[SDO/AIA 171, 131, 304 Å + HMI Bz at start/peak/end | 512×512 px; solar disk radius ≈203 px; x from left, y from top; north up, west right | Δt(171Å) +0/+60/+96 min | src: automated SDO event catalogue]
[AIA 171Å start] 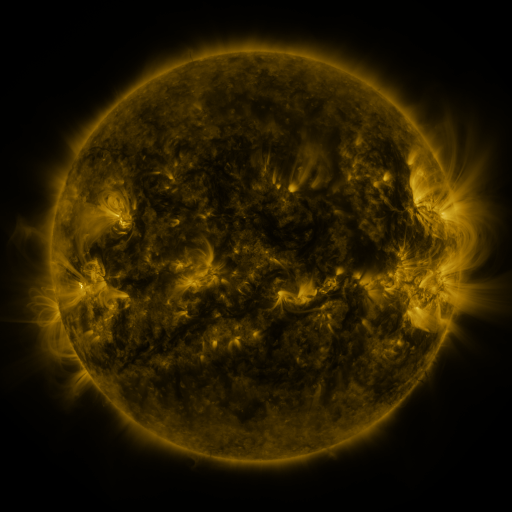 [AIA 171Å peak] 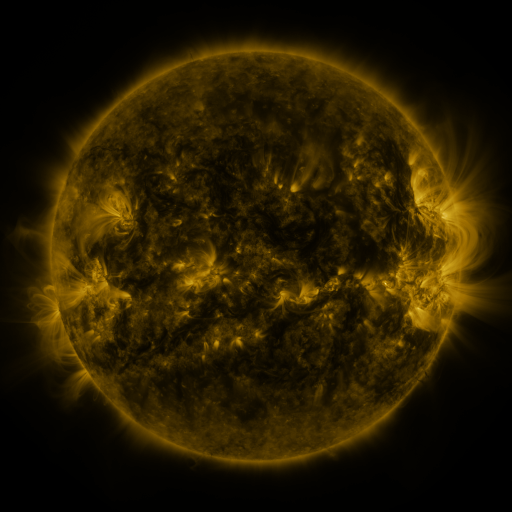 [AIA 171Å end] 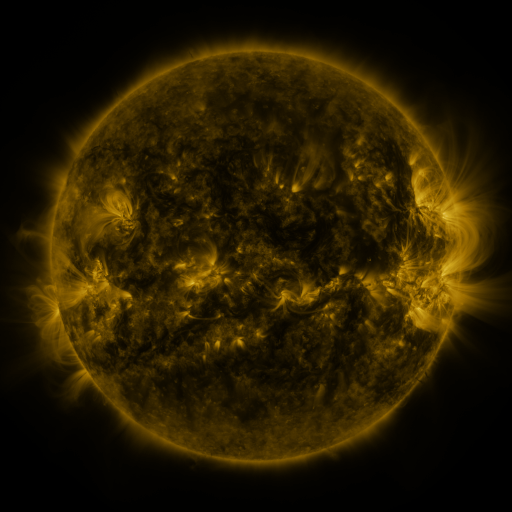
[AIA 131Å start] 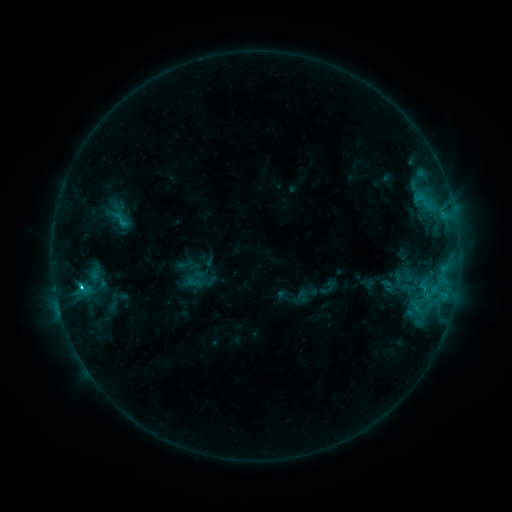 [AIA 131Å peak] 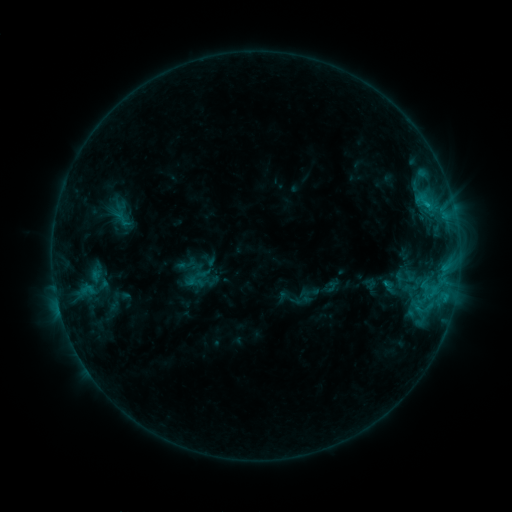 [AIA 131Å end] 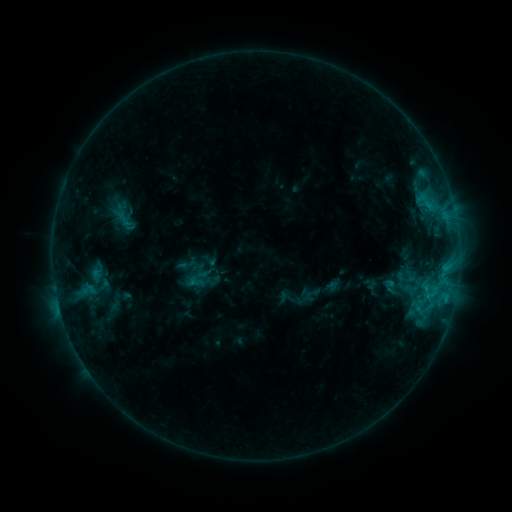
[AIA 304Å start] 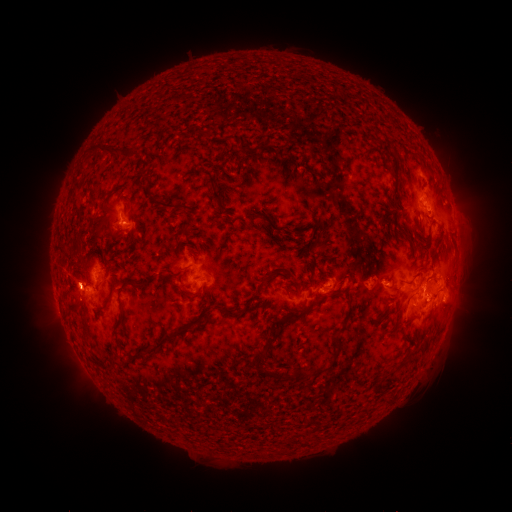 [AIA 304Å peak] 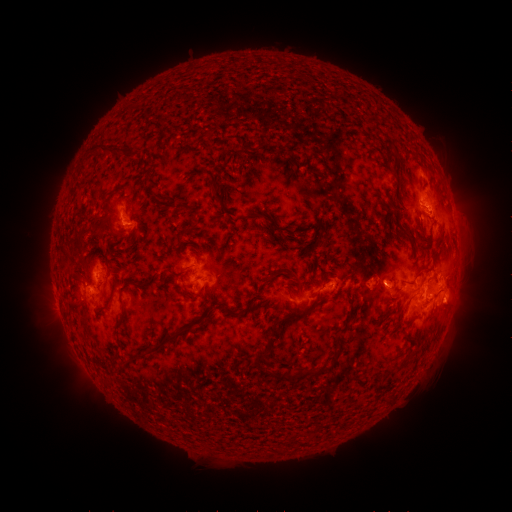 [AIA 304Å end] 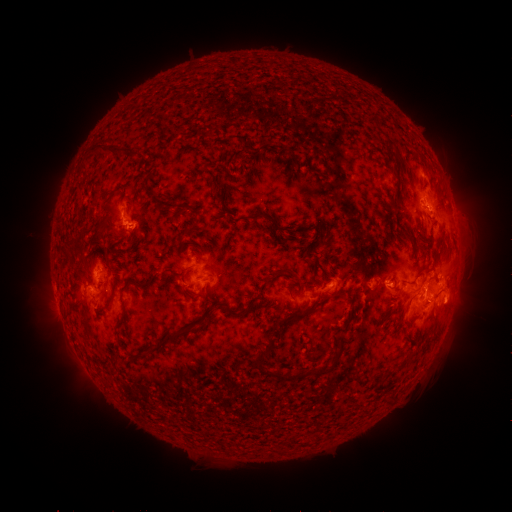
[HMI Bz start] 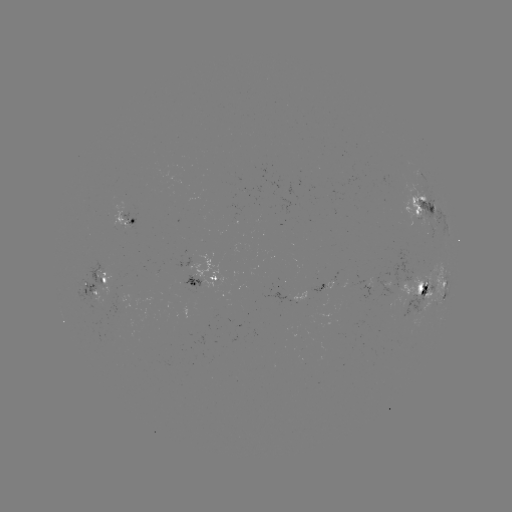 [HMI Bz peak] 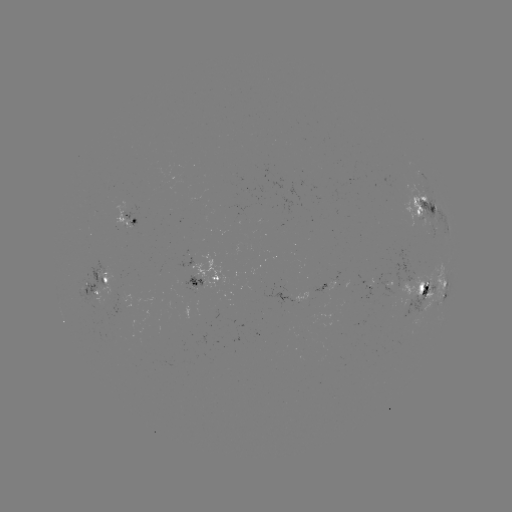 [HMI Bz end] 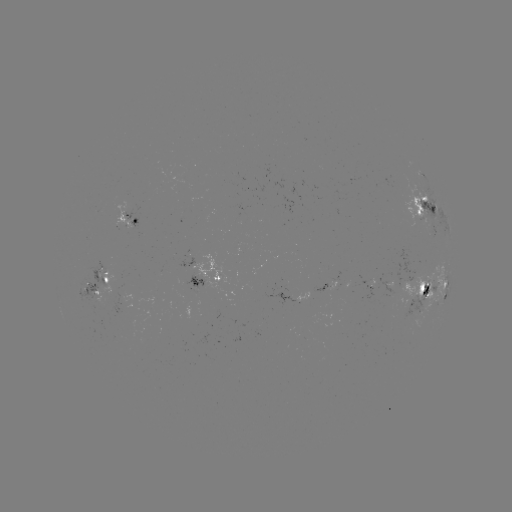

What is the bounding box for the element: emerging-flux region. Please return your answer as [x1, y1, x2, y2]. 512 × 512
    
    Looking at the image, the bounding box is [312, 287, 326, 305].